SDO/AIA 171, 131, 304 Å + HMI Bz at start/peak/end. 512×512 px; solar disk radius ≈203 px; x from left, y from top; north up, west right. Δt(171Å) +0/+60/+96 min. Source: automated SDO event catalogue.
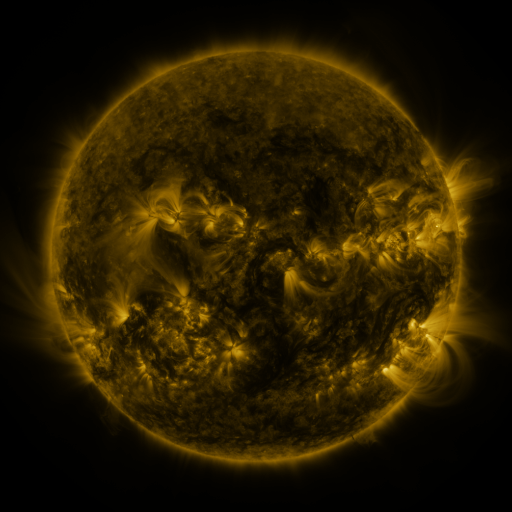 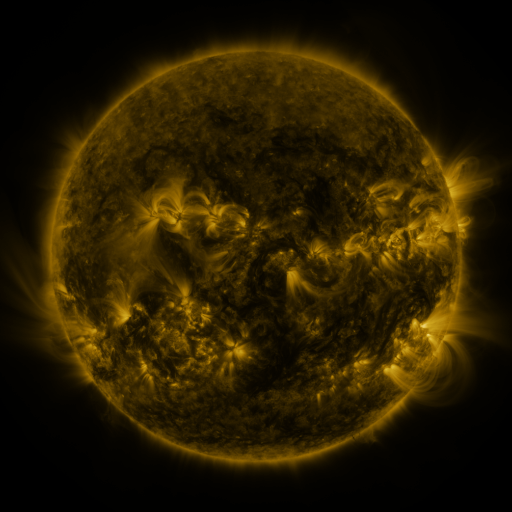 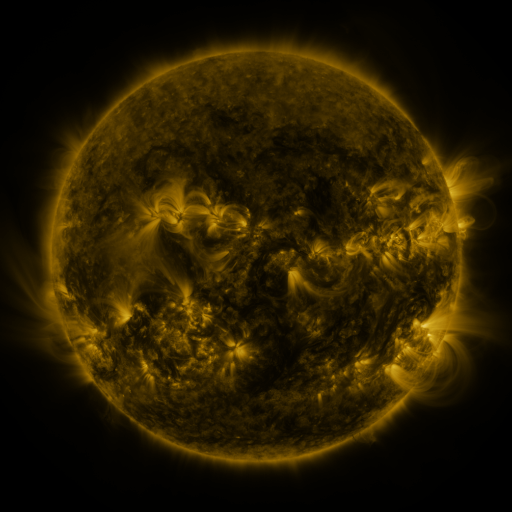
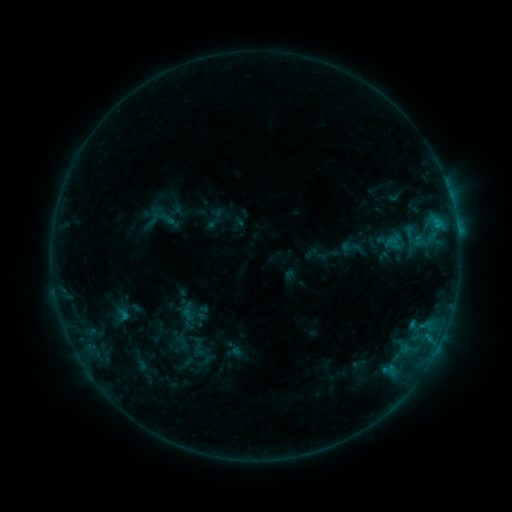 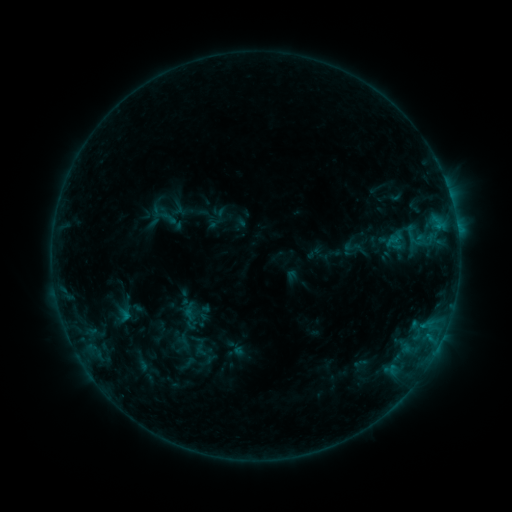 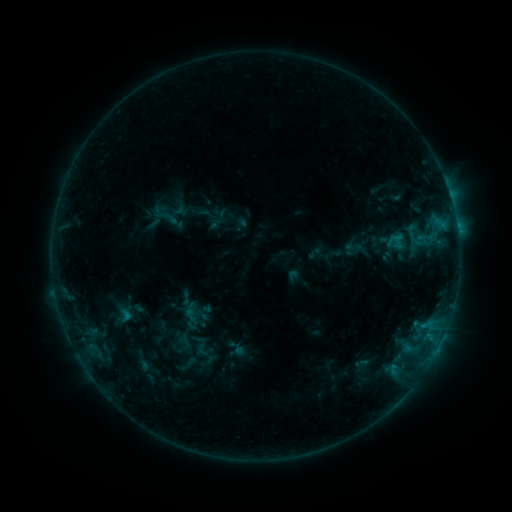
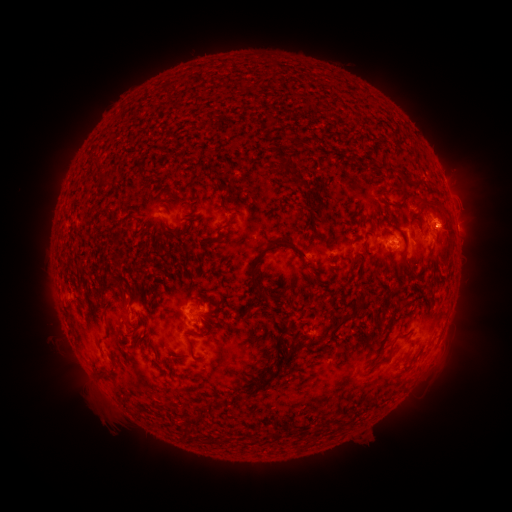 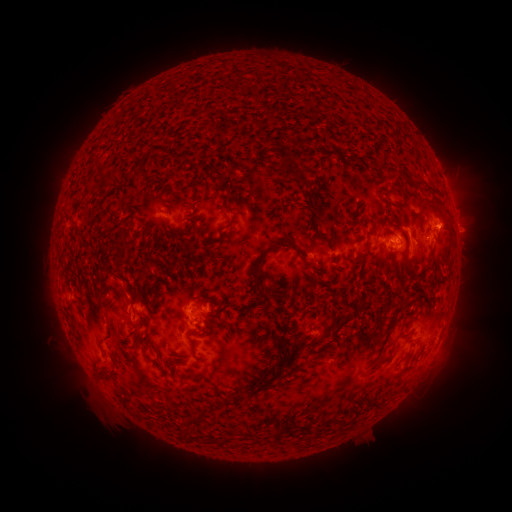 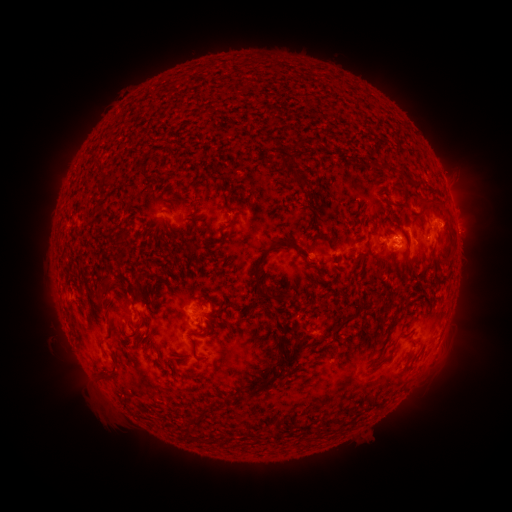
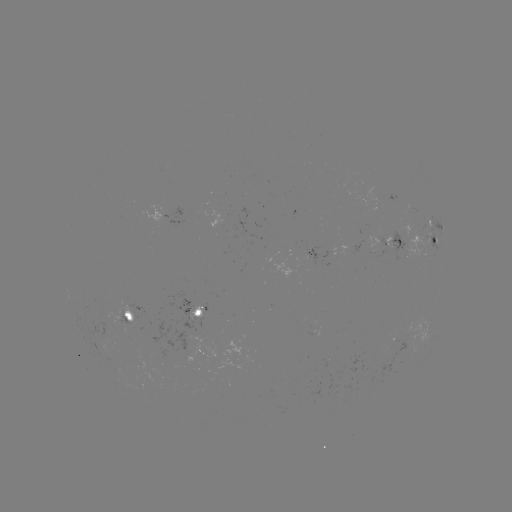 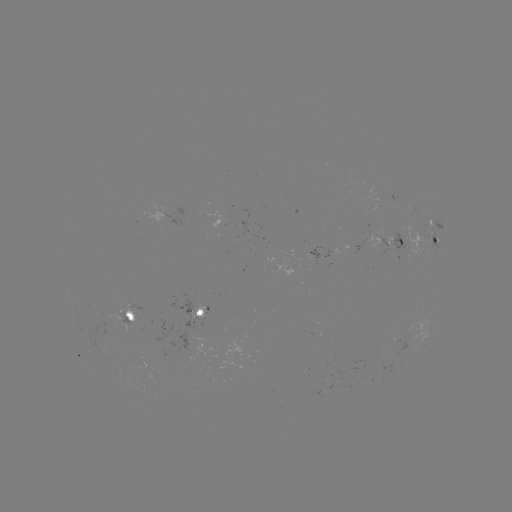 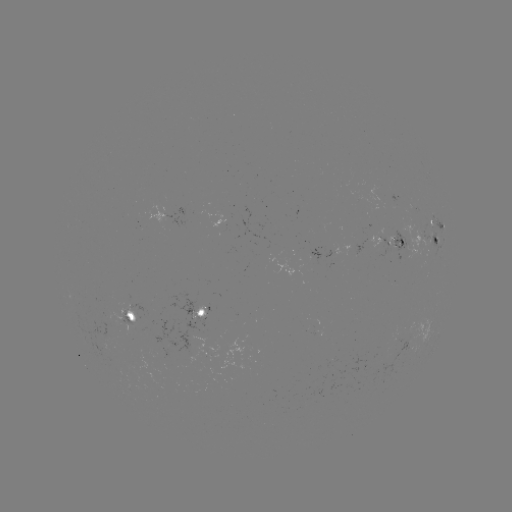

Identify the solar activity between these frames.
emerging-flux region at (333, 250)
